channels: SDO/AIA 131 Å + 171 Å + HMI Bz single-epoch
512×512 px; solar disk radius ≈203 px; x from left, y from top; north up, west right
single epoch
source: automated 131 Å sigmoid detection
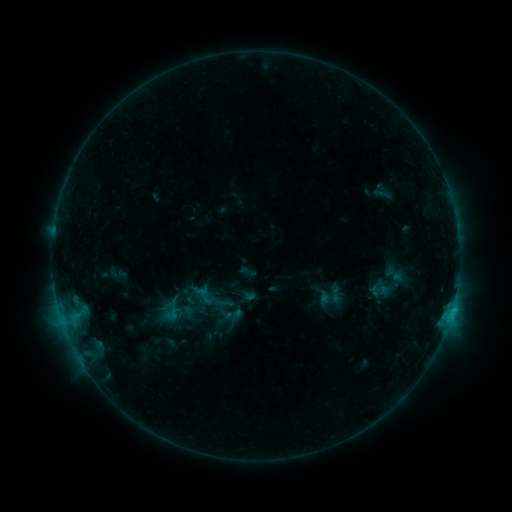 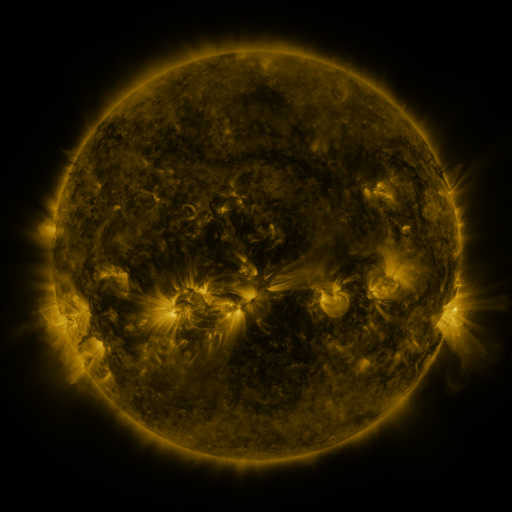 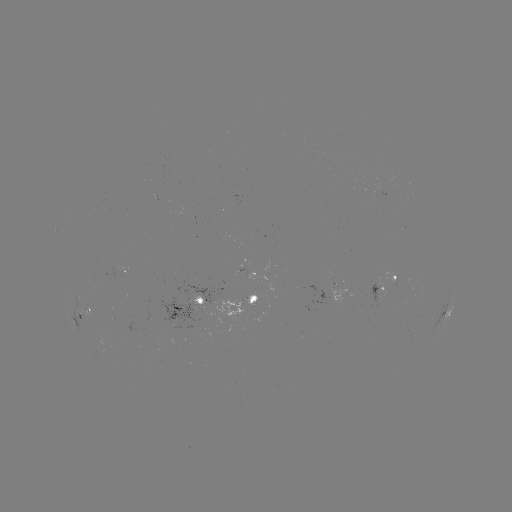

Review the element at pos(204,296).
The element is sigmoid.